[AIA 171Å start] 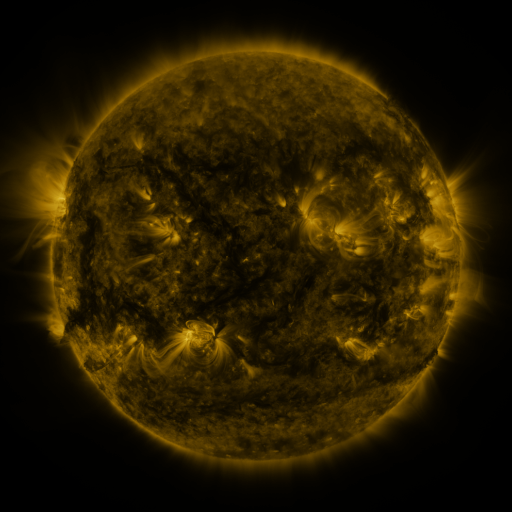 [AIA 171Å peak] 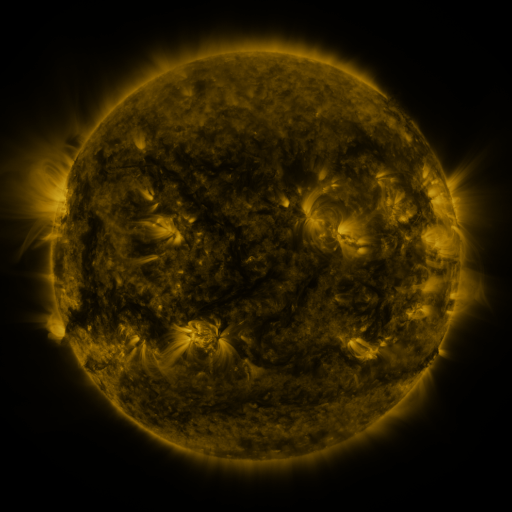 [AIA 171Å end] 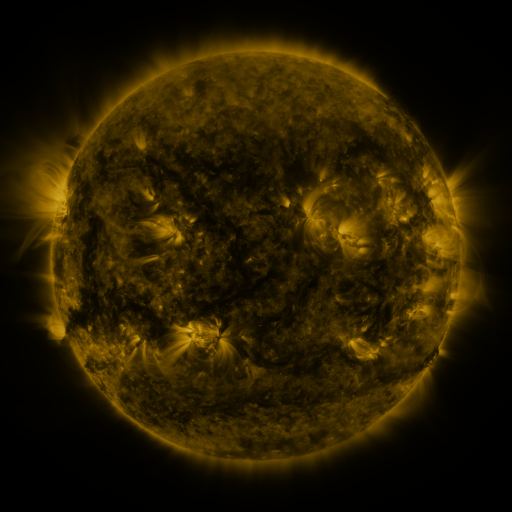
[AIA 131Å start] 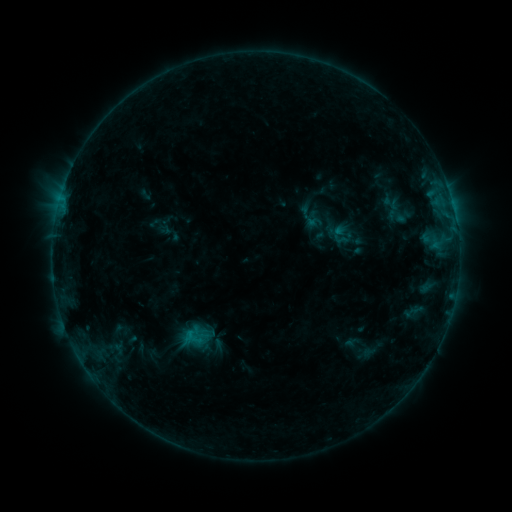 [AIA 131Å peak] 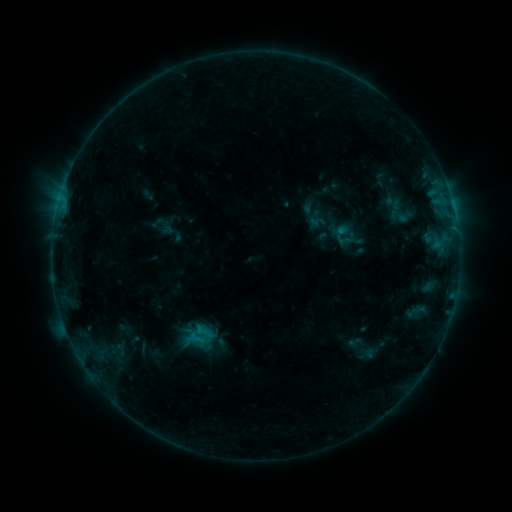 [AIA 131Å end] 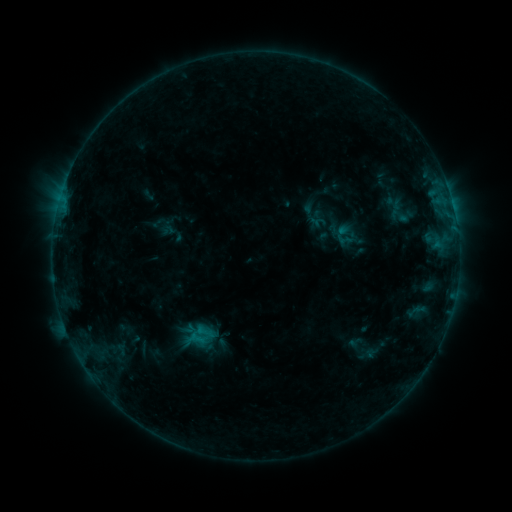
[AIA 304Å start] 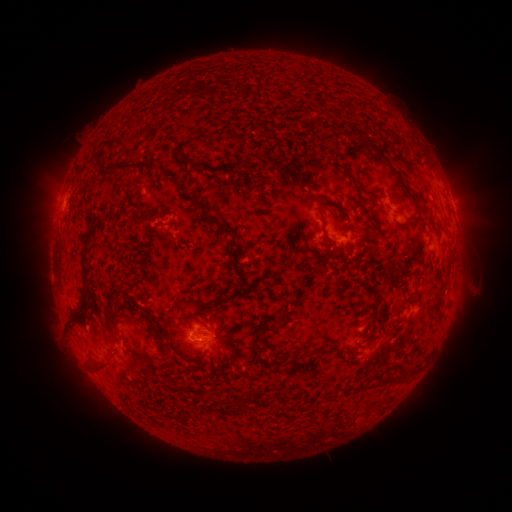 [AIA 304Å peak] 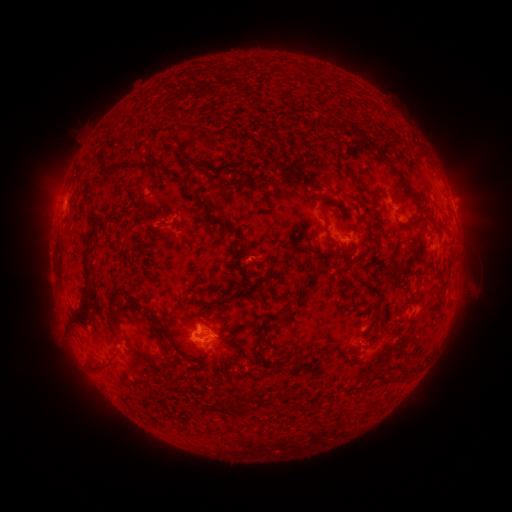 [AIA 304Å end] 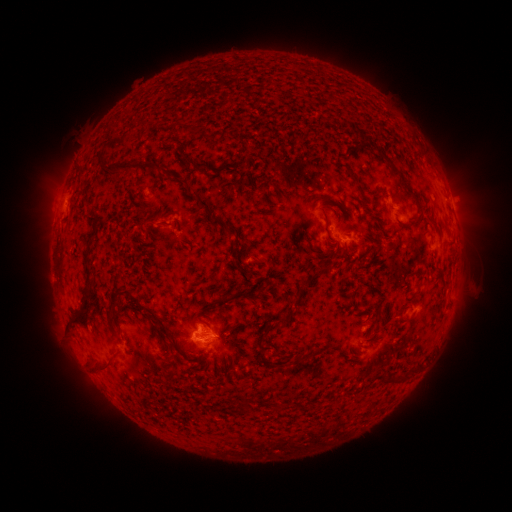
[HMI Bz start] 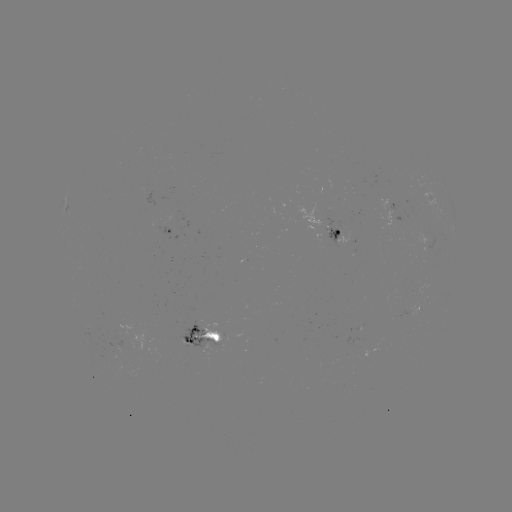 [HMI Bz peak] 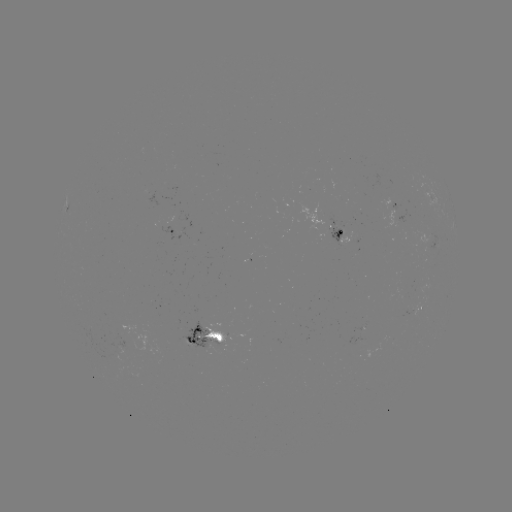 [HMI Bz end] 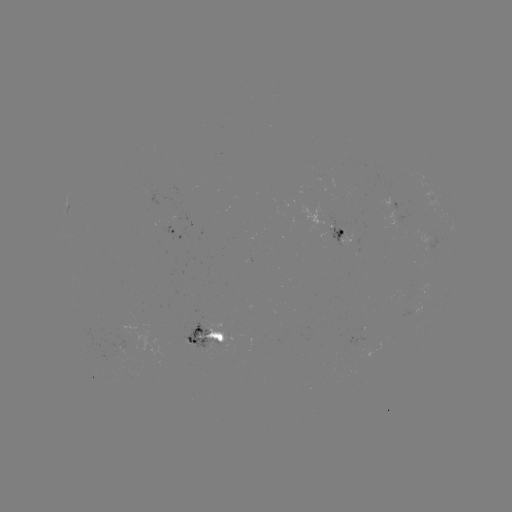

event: emerging-flux region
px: (203, 340)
